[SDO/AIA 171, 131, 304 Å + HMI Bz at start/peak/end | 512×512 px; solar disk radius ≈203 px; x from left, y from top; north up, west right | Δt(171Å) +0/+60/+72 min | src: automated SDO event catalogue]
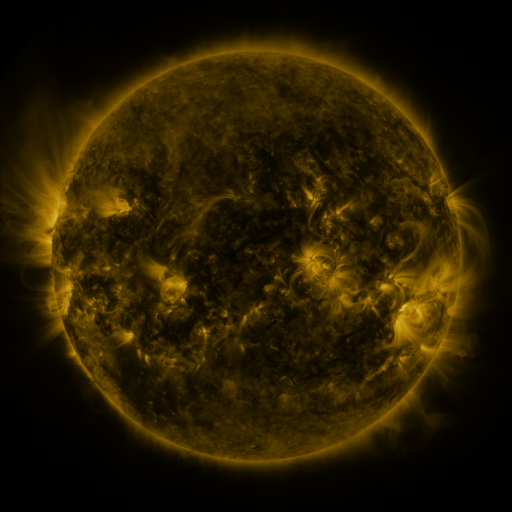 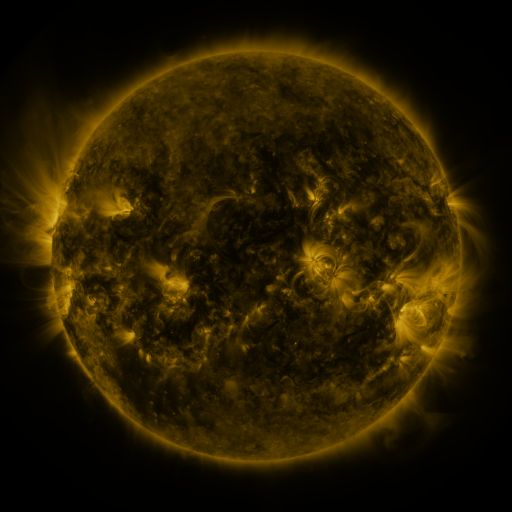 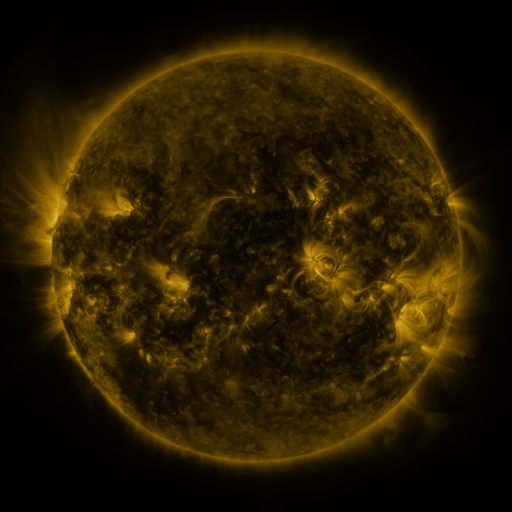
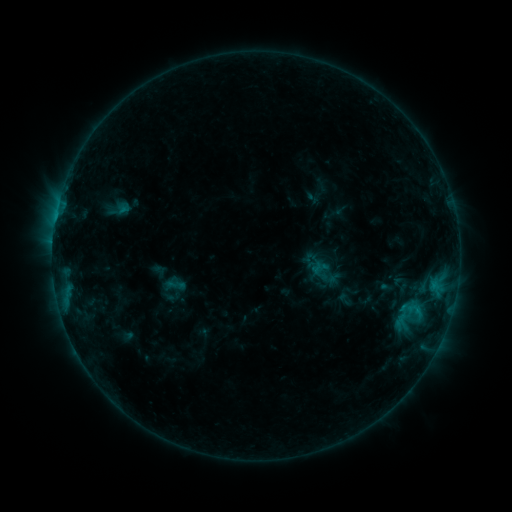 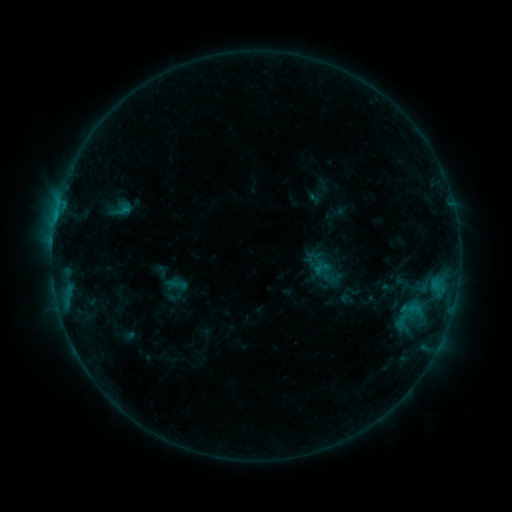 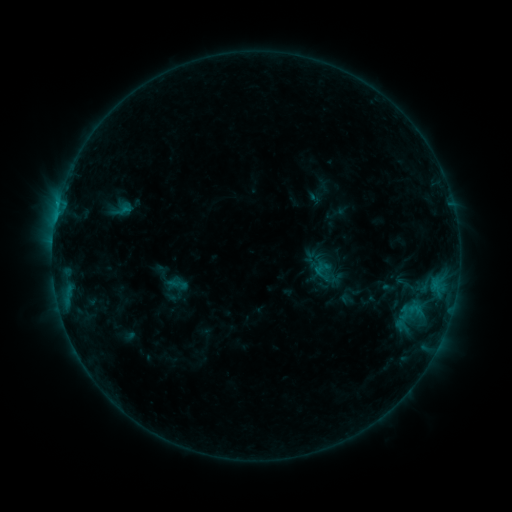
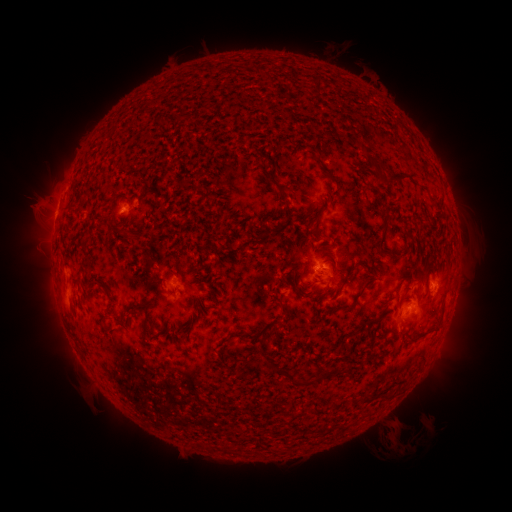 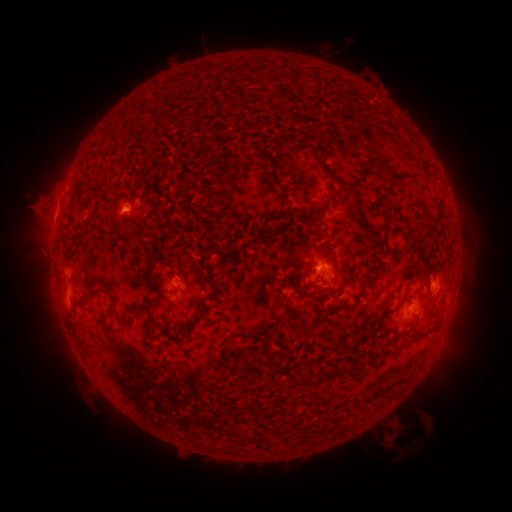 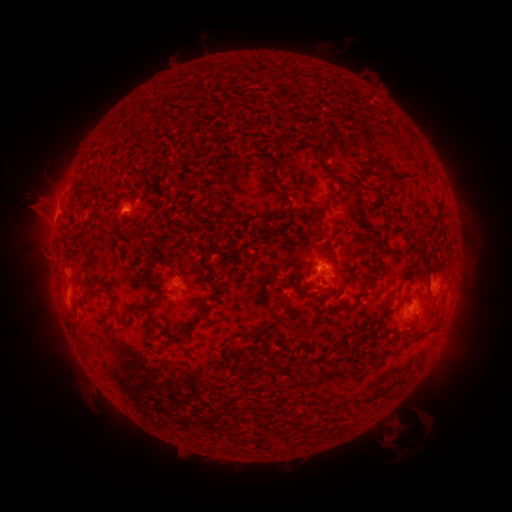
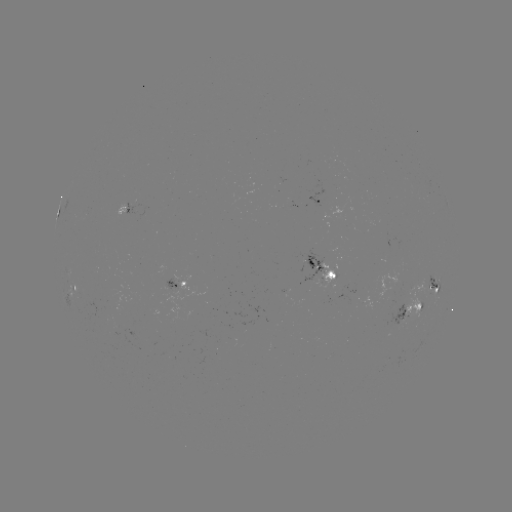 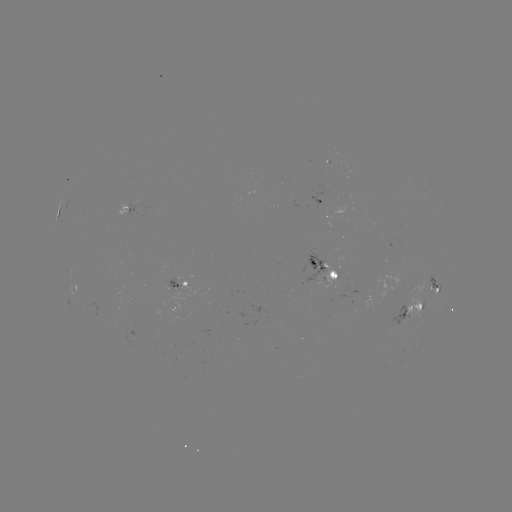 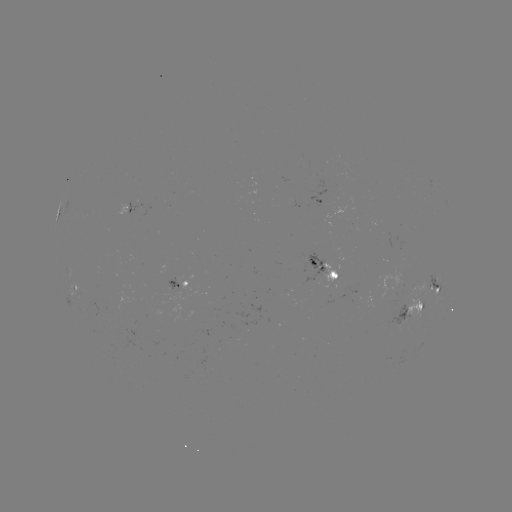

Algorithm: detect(emerging-flux region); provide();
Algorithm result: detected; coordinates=316,267